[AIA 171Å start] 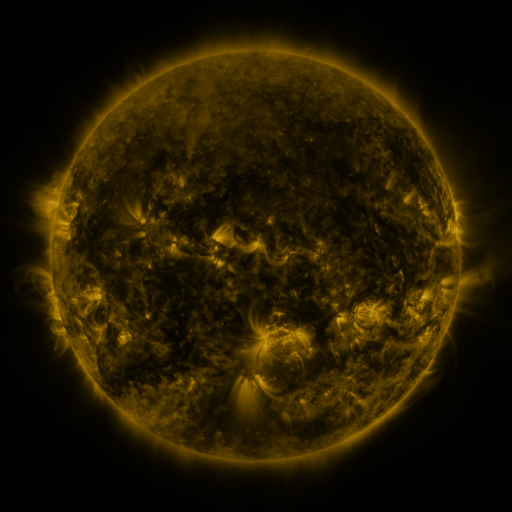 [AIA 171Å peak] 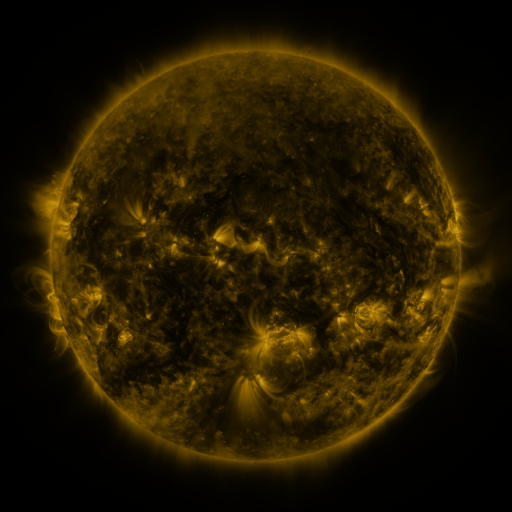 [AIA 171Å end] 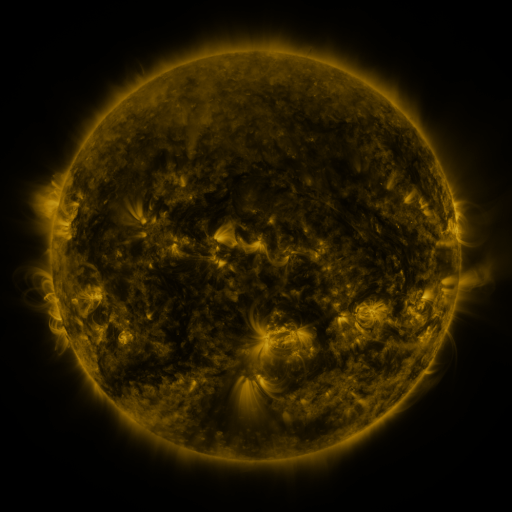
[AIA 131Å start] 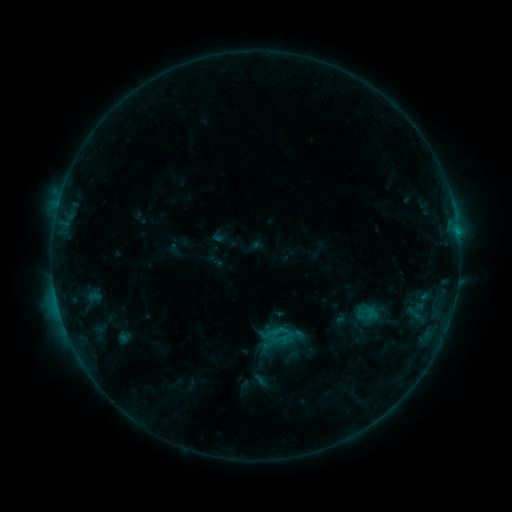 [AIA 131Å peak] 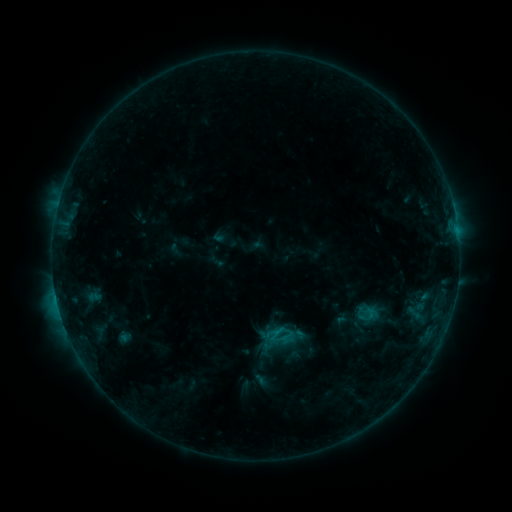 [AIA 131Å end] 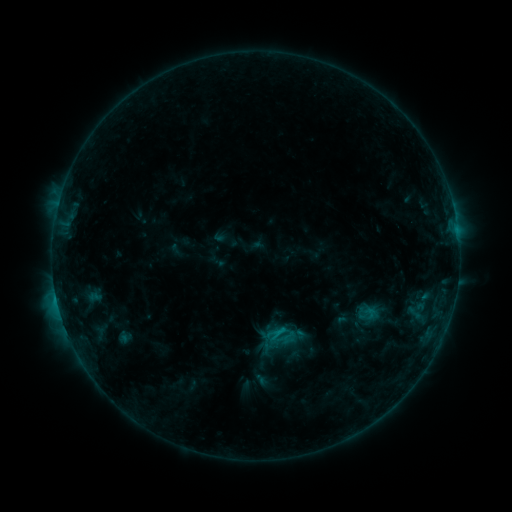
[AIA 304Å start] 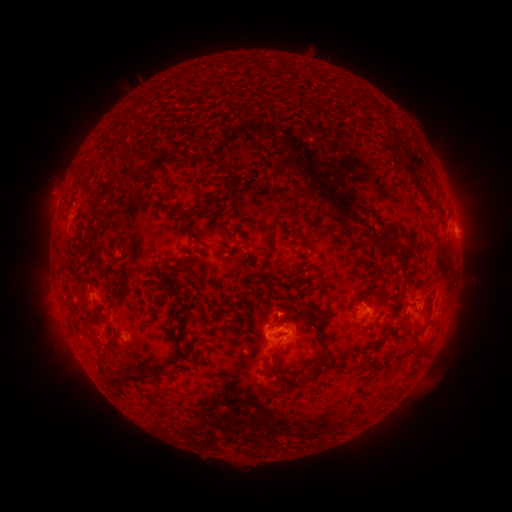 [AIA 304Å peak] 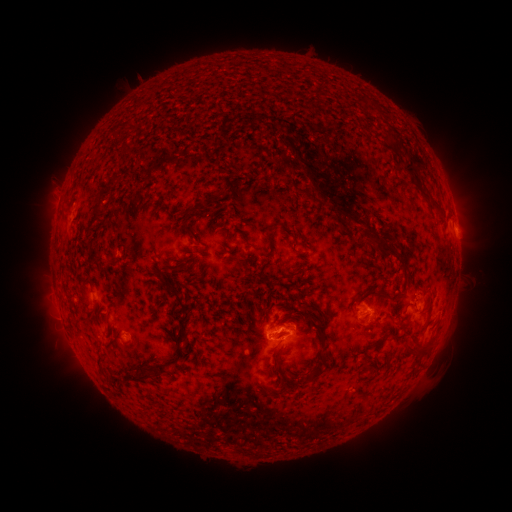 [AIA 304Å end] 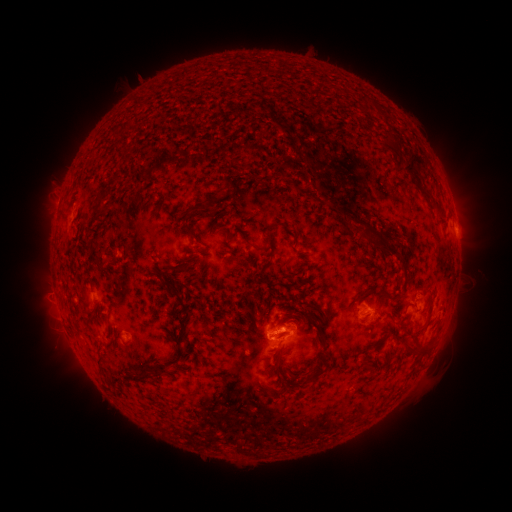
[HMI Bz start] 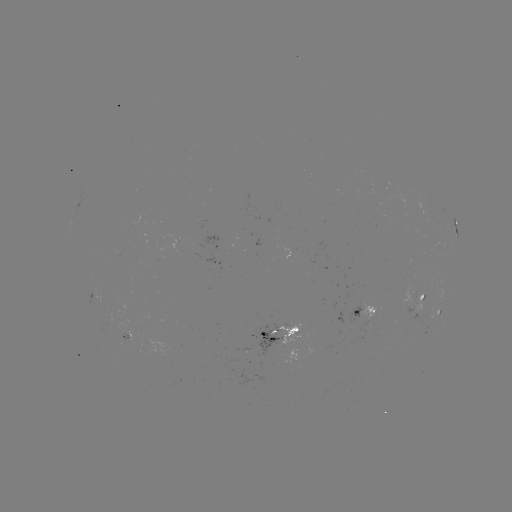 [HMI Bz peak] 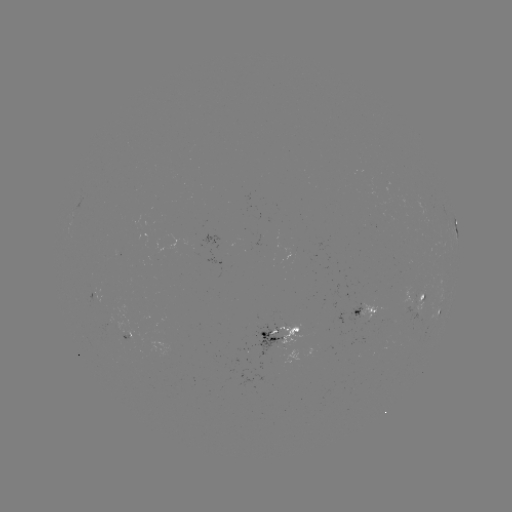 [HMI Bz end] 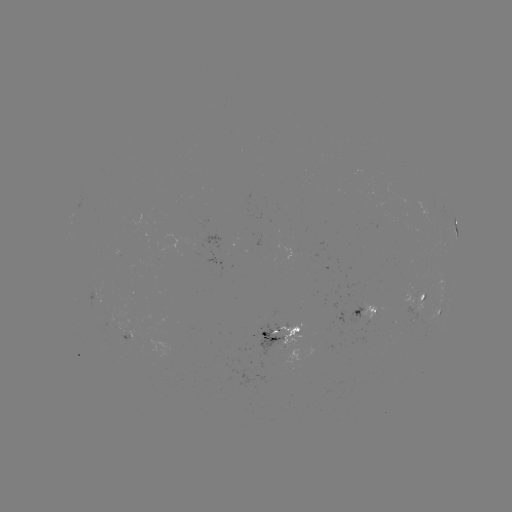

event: eruption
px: (291, 141)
